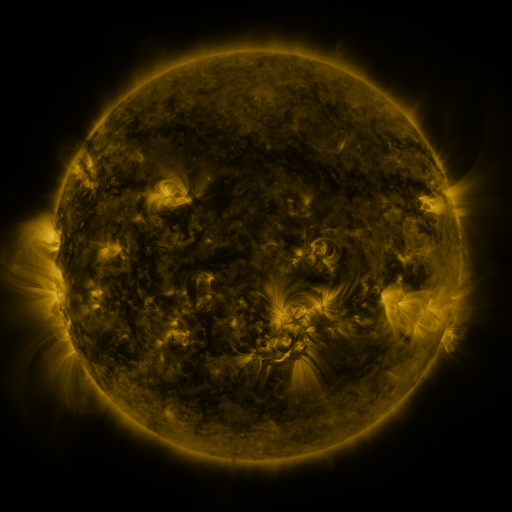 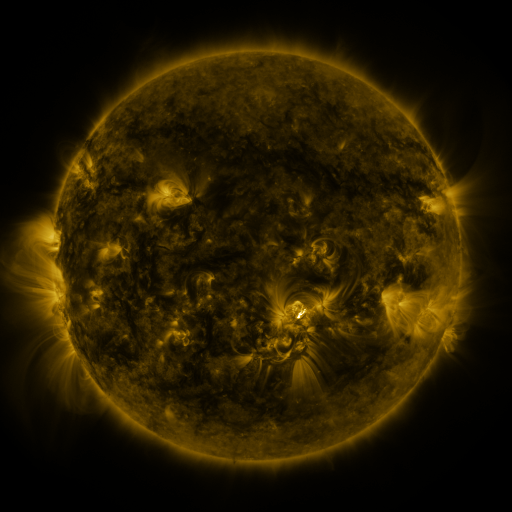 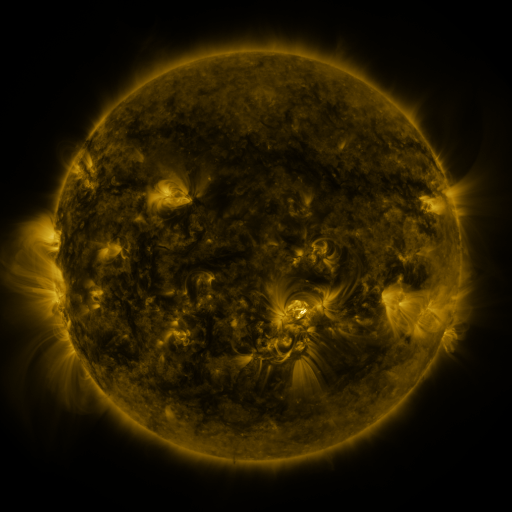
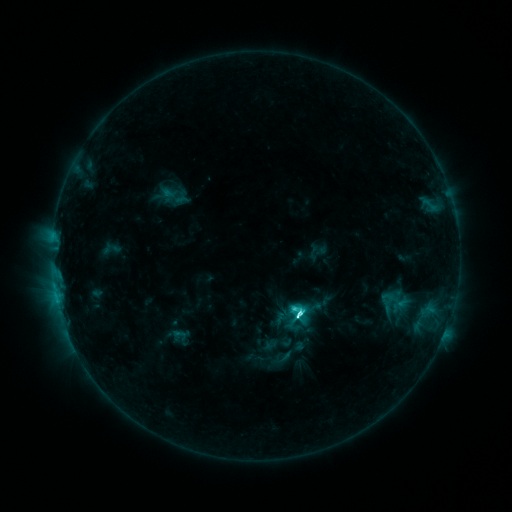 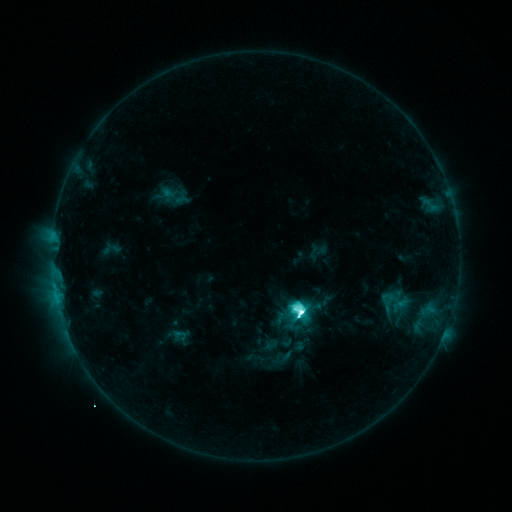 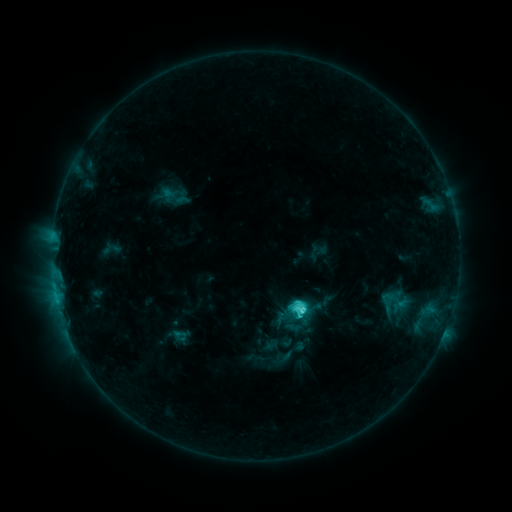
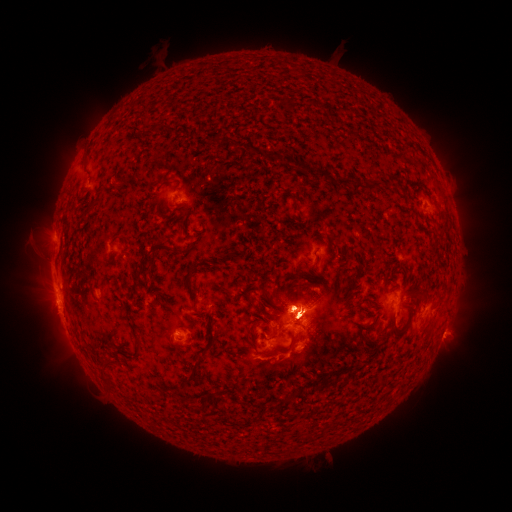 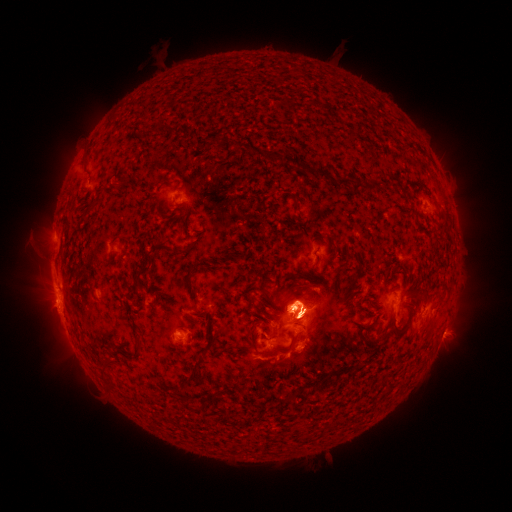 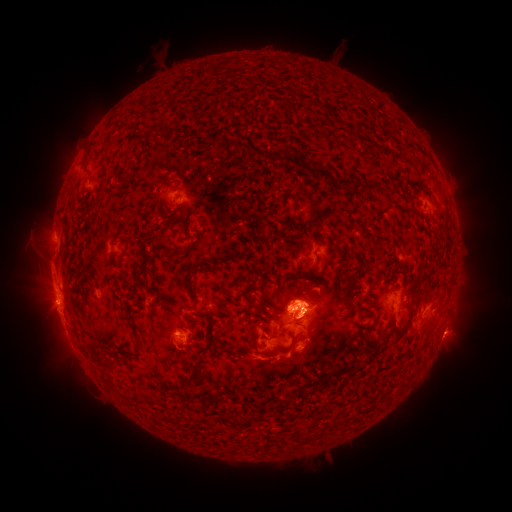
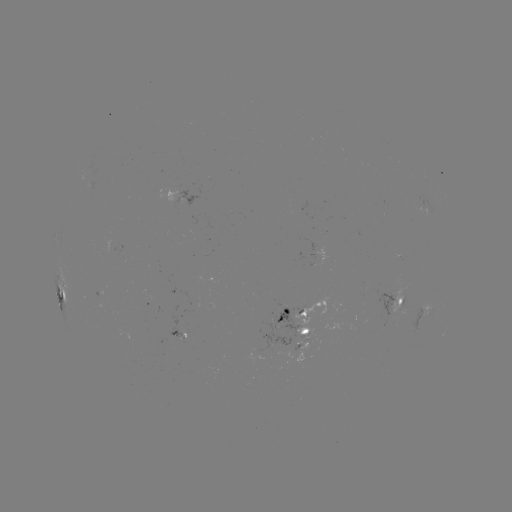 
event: eruption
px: (49, 242)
